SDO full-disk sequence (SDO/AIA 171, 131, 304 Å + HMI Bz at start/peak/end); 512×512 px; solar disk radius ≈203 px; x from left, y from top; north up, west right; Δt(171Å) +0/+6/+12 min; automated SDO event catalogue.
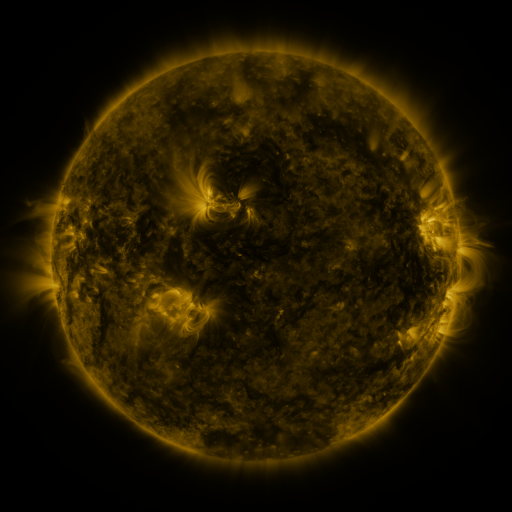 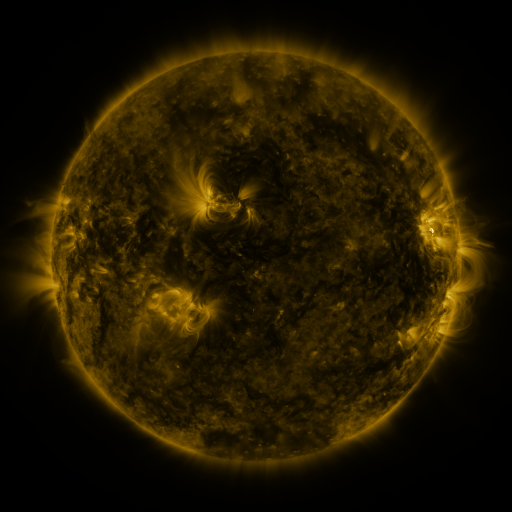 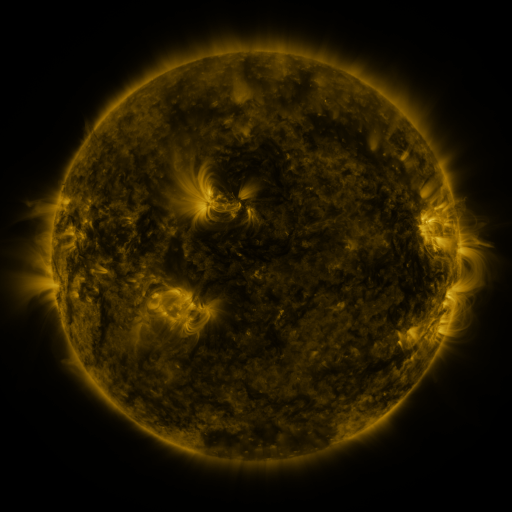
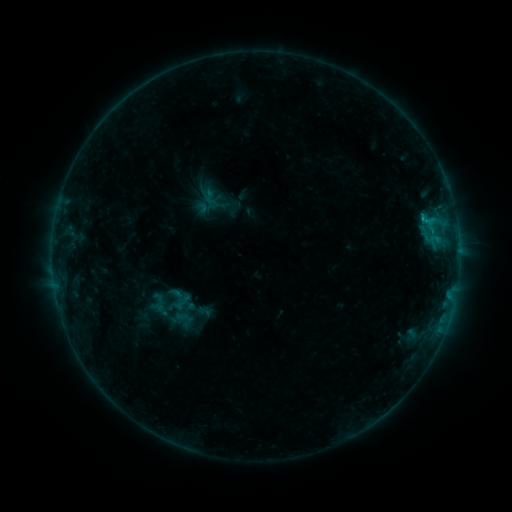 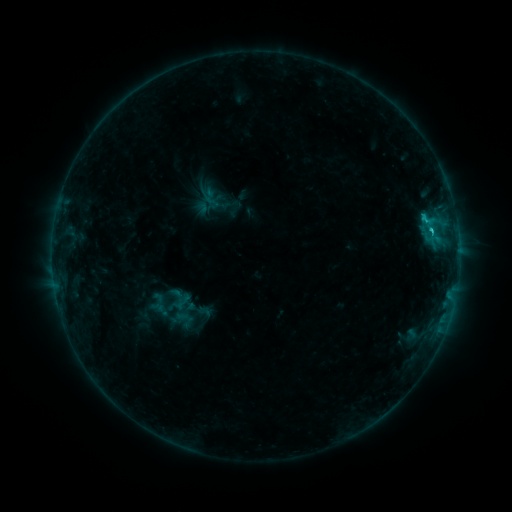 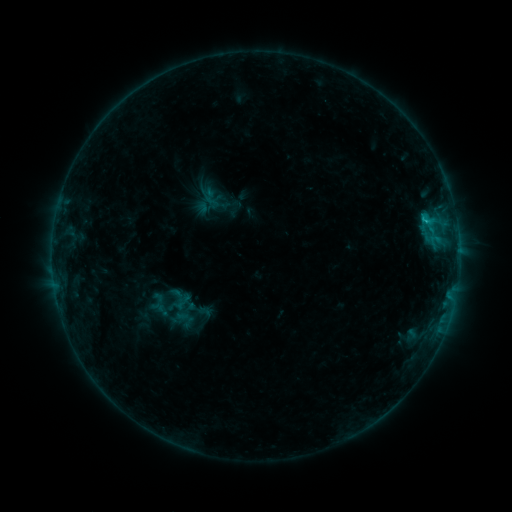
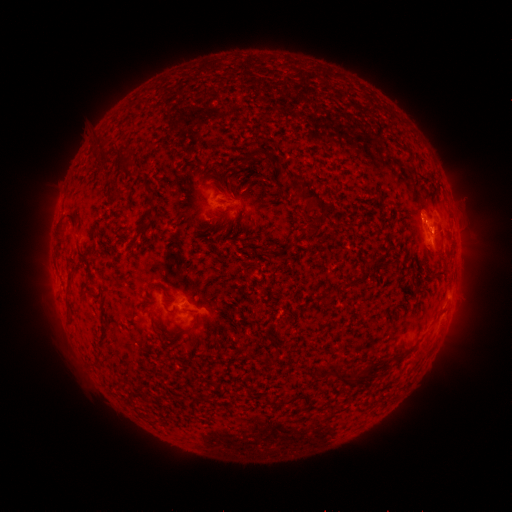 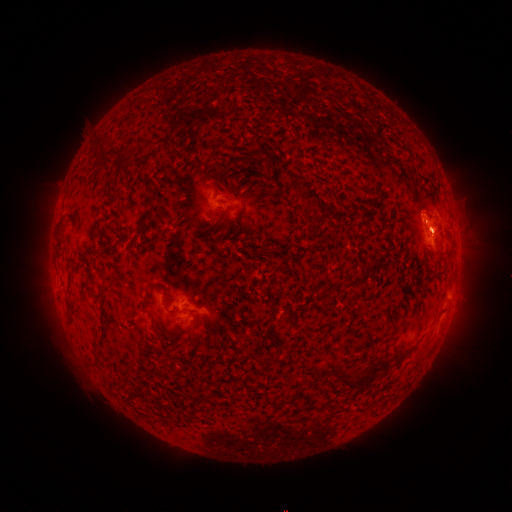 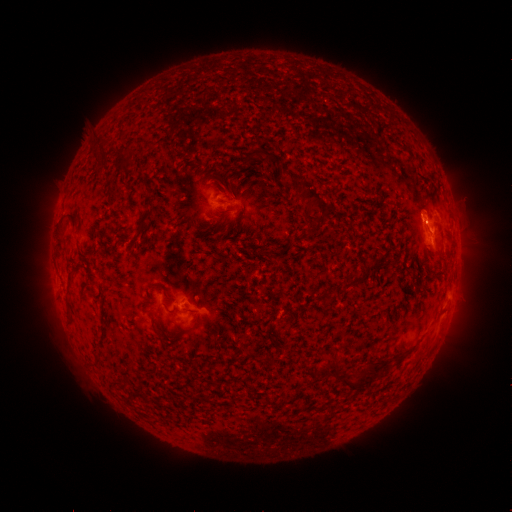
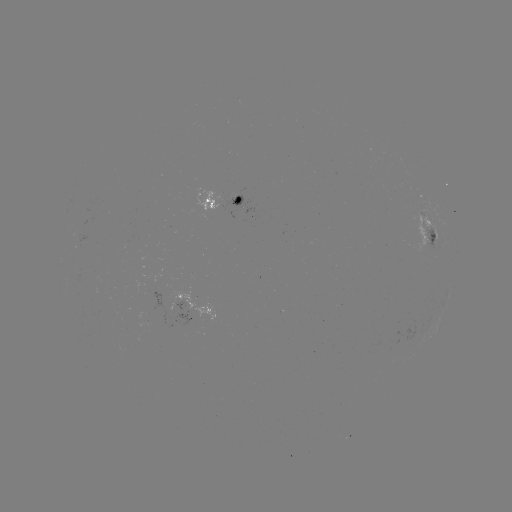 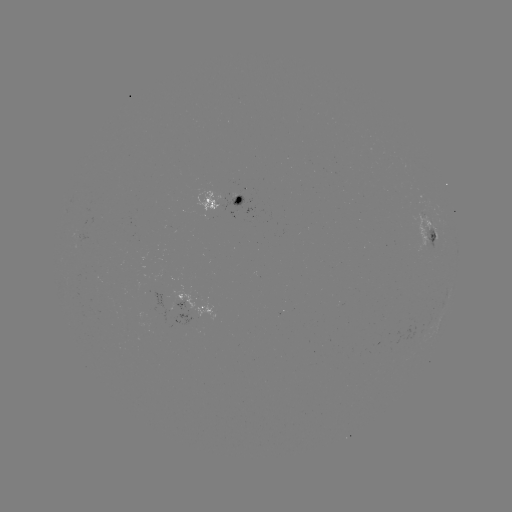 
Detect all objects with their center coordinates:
C1.0 flare: (430, 231)
